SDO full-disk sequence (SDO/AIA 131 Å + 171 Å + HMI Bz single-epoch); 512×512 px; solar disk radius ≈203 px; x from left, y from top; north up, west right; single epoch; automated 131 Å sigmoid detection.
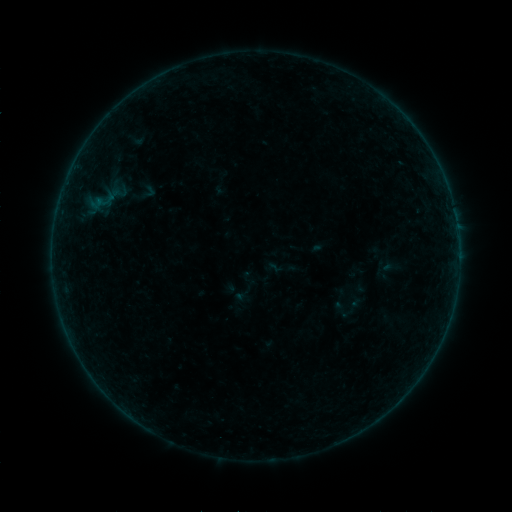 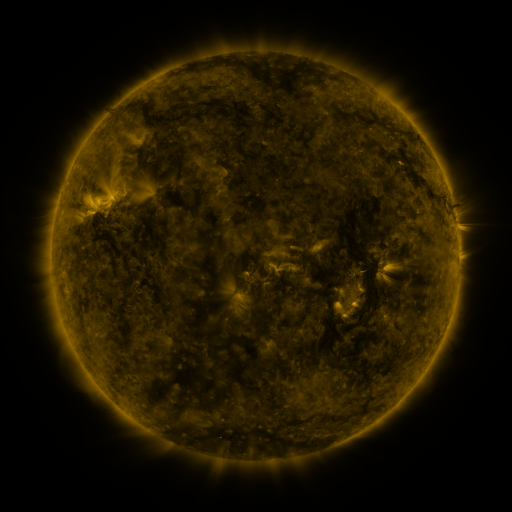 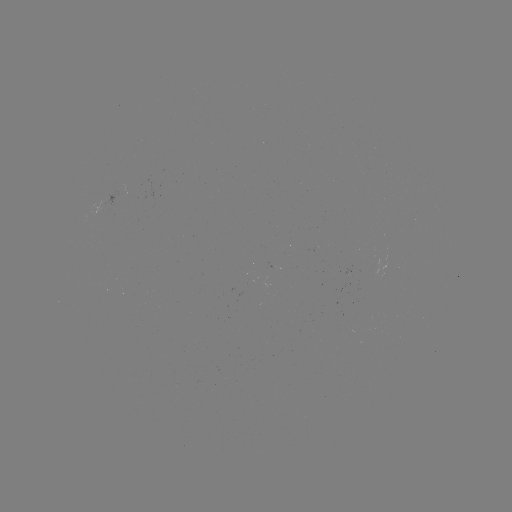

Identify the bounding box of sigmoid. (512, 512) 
[138, 182, 157, 201].